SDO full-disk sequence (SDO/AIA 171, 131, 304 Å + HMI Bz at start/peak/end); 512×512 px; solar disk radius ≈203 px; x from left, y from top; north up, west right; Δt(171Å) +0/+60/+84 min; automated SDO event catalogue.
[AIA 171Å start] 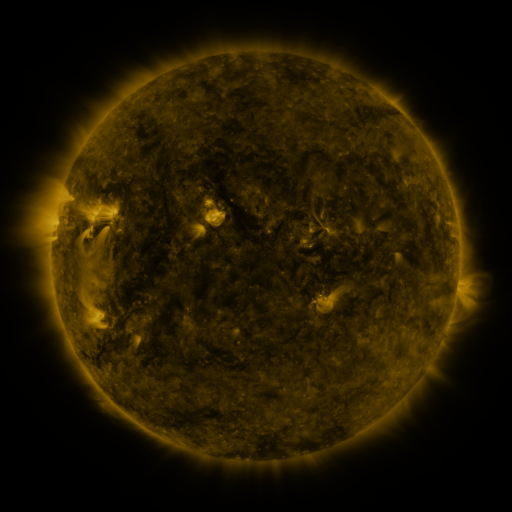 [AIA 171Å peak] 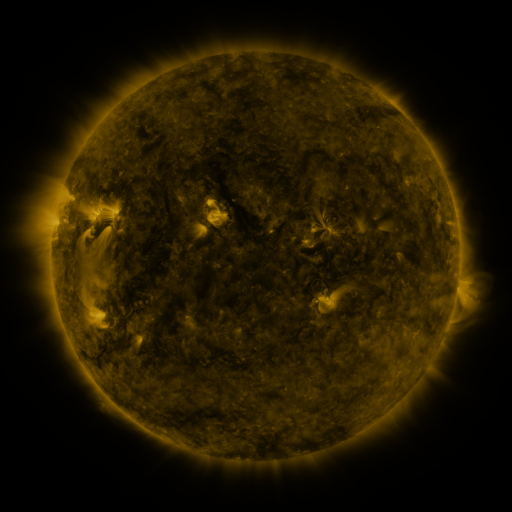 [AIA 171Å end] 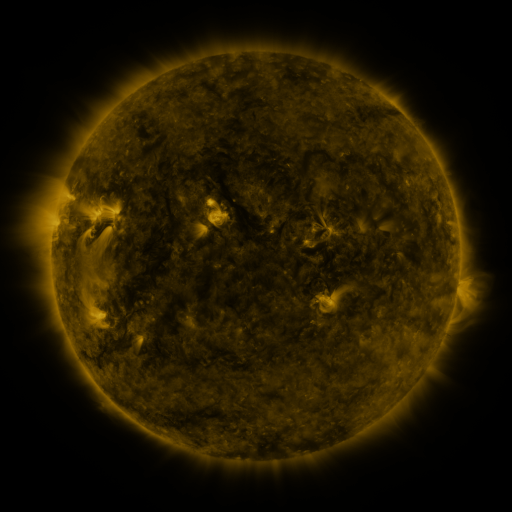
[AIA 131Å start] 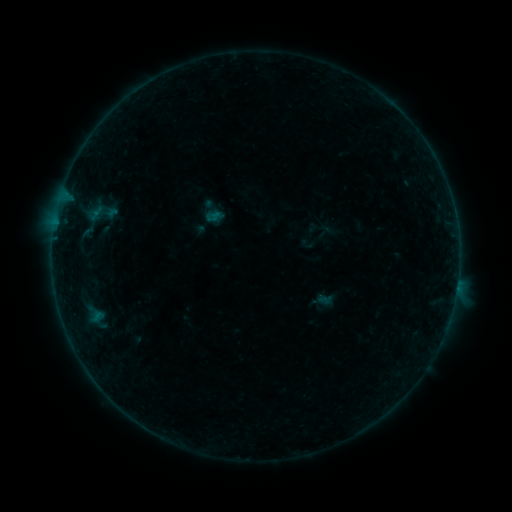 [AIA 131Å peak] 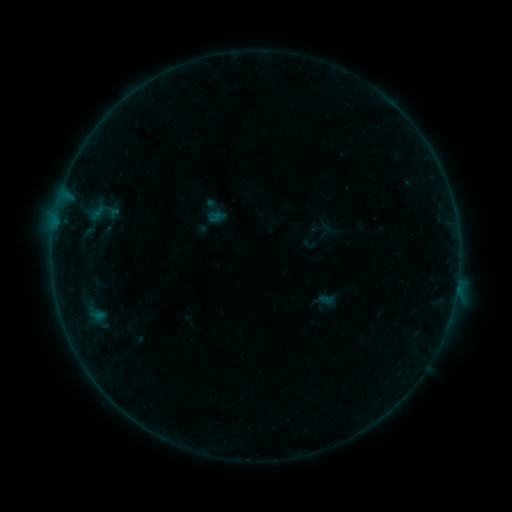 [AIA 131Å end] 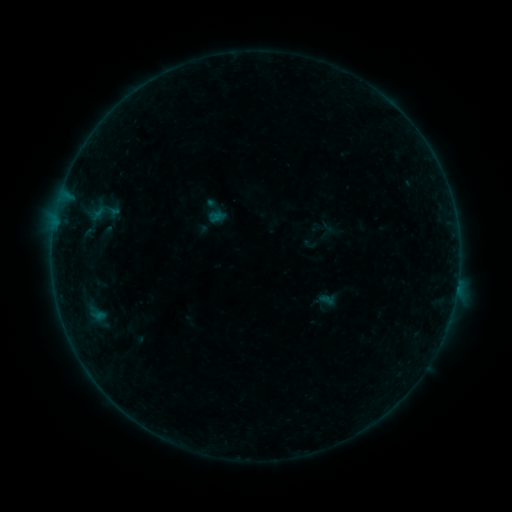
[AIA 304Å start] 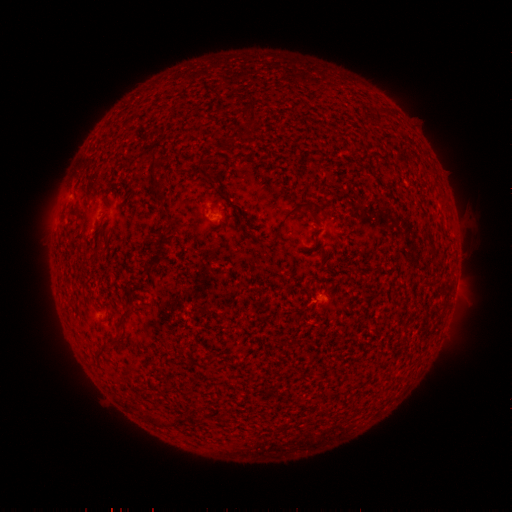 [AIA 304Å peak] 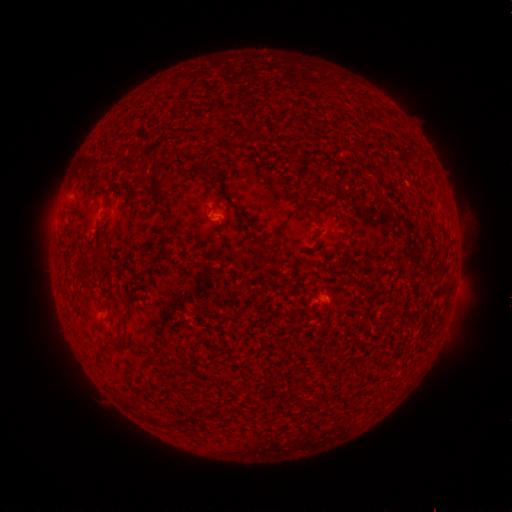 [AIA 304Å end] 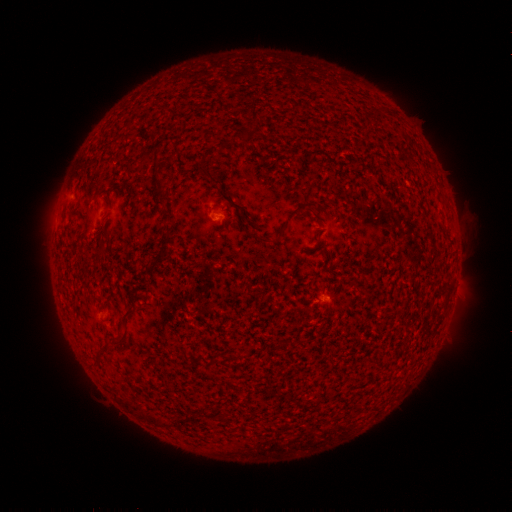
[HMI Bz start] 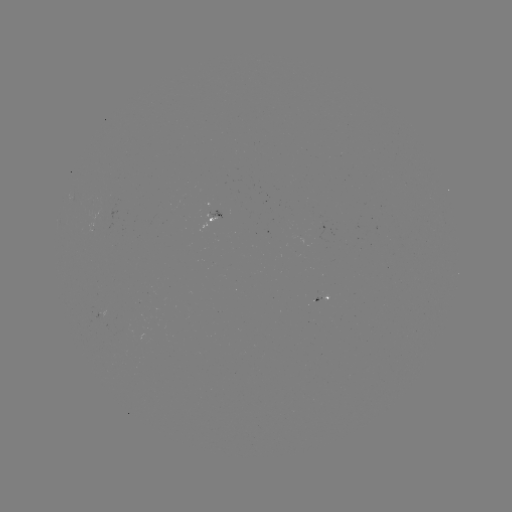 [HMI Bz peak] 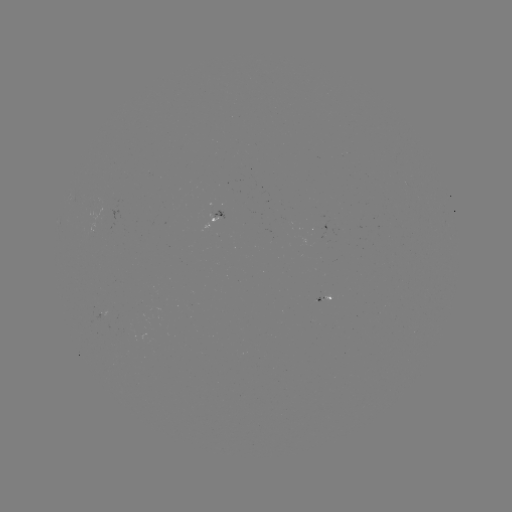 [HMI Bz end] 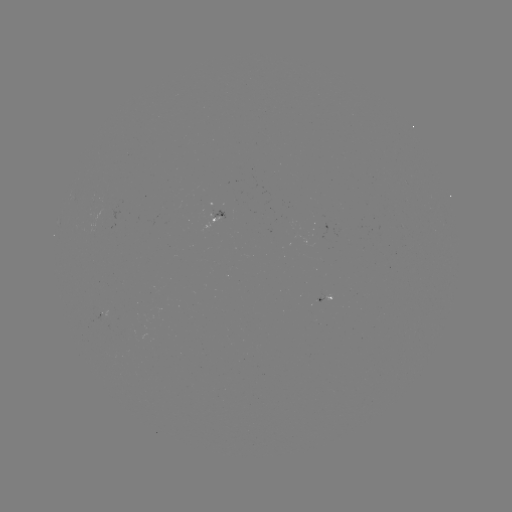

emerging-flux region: <bbox>304, 235, 323, 245</bbox>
